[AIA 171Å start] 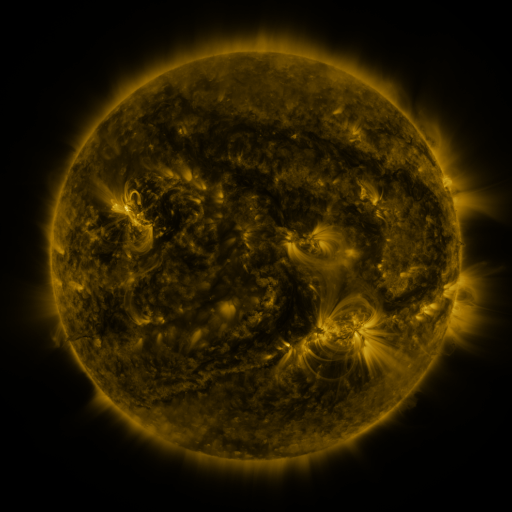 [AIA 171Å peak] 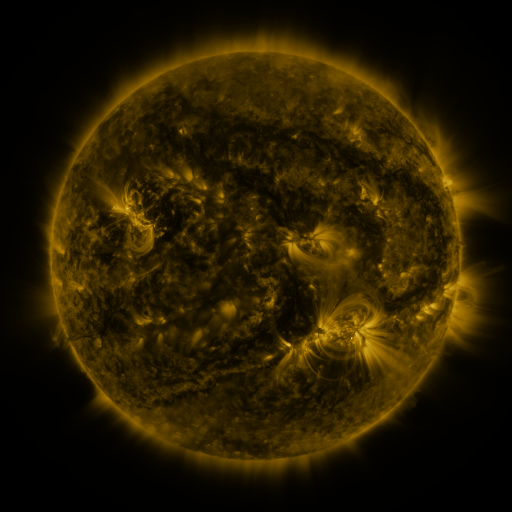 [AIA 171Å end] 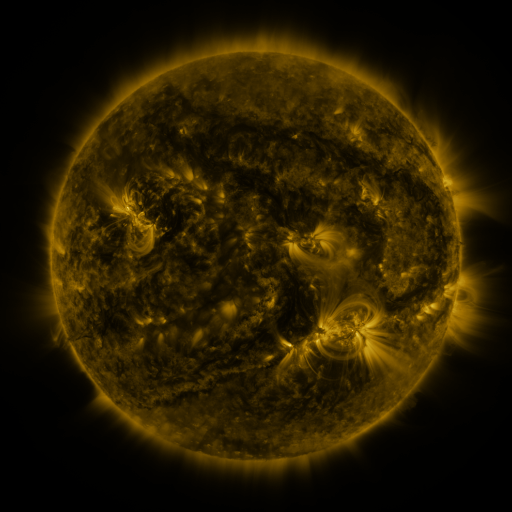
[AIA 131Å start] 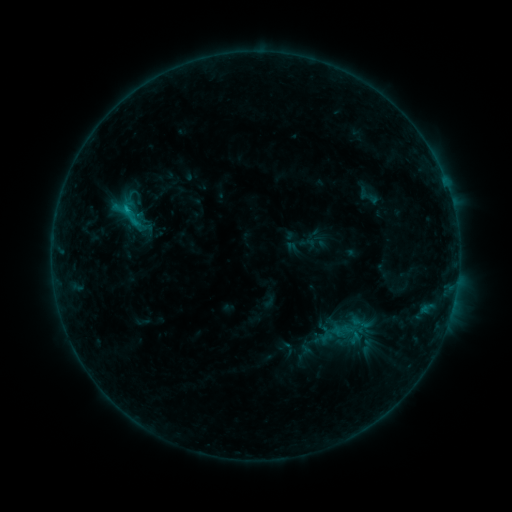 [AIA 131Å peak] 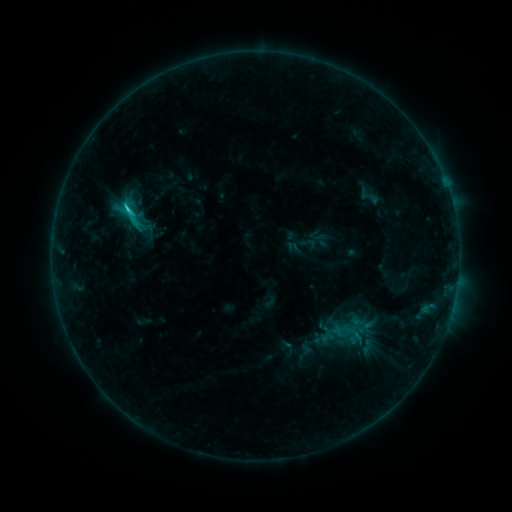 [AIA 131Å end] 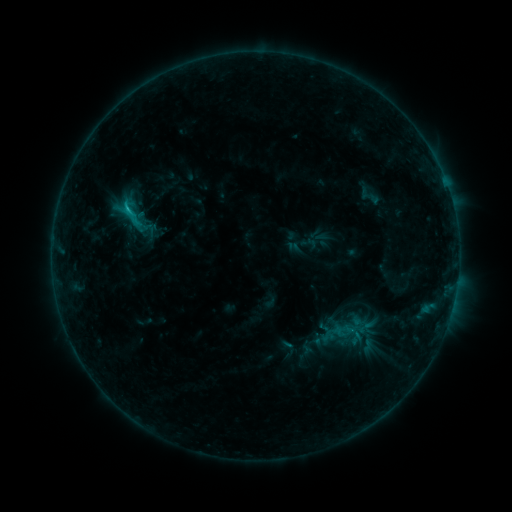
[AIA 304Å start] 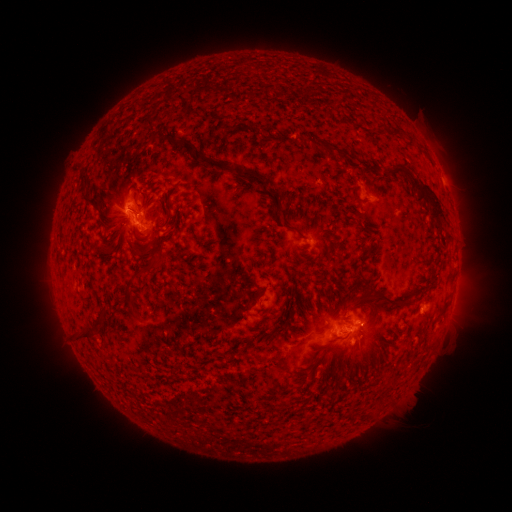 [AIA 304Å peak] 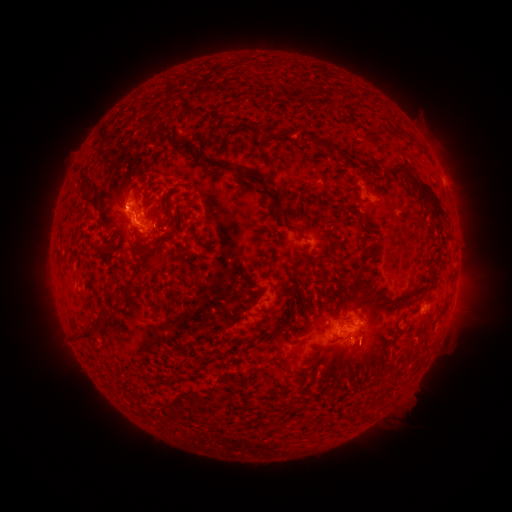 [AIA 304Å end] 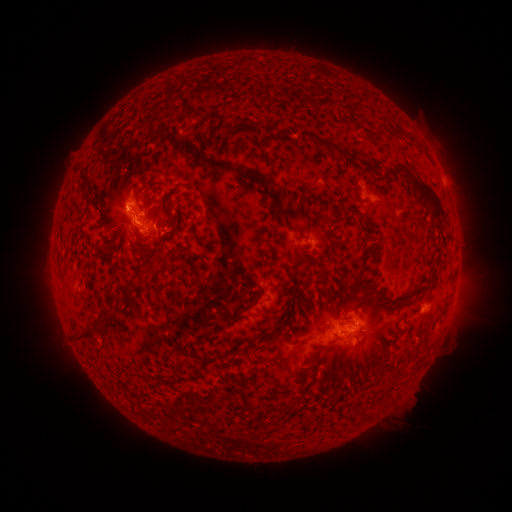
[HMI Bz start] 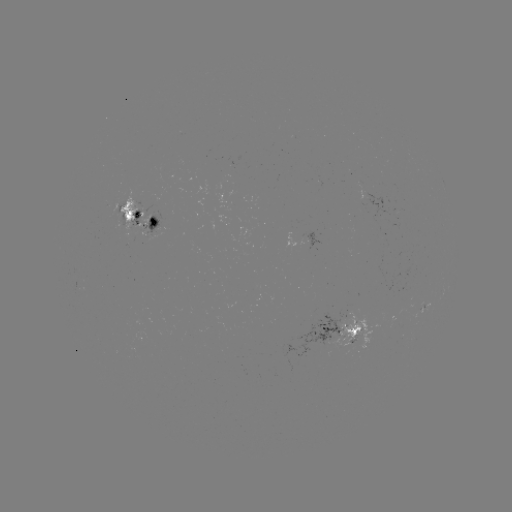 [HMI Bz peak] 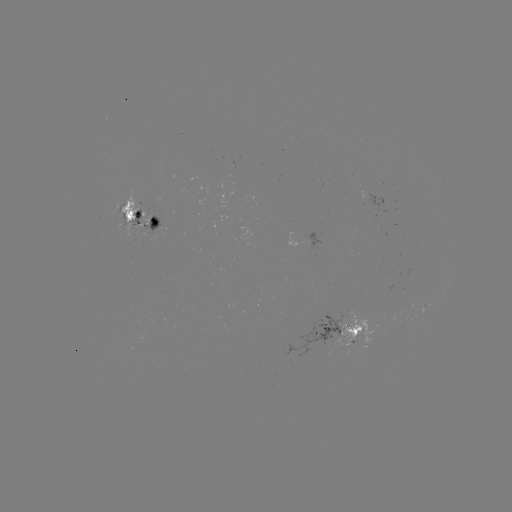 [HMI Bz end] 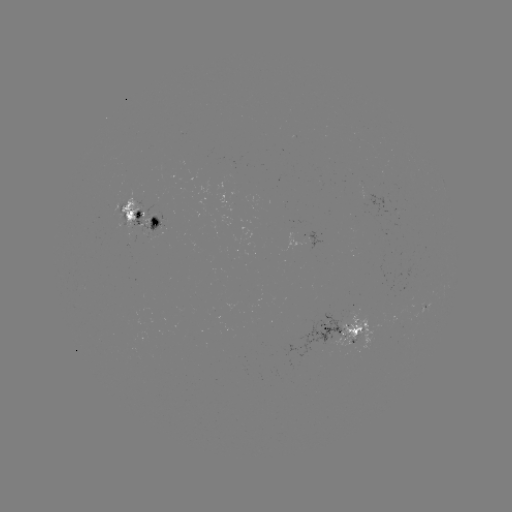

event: flare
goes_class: C1.8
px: (128, 210)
